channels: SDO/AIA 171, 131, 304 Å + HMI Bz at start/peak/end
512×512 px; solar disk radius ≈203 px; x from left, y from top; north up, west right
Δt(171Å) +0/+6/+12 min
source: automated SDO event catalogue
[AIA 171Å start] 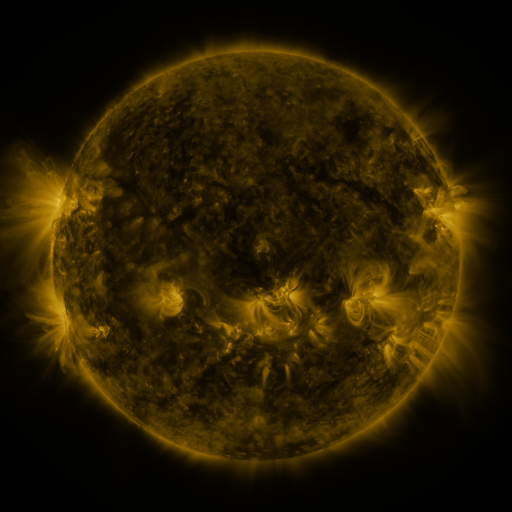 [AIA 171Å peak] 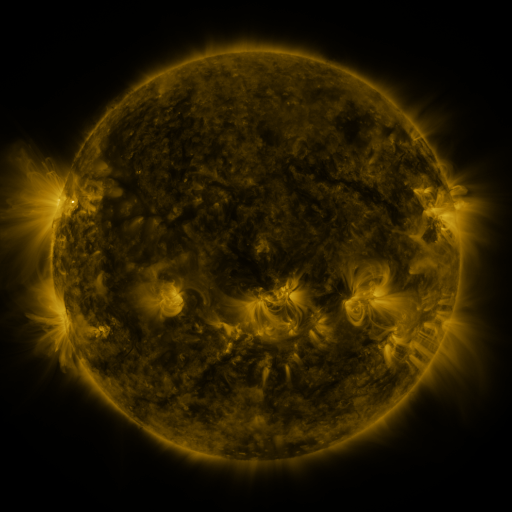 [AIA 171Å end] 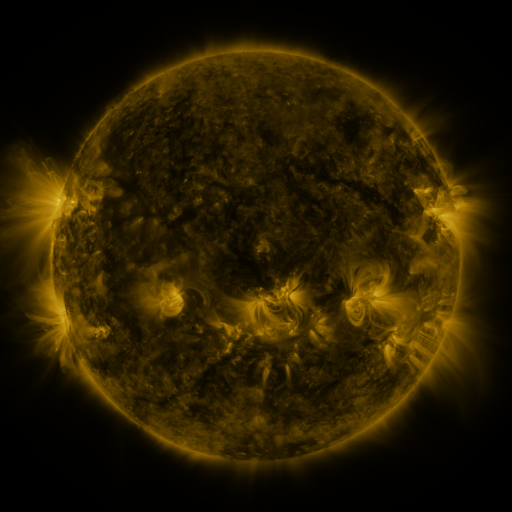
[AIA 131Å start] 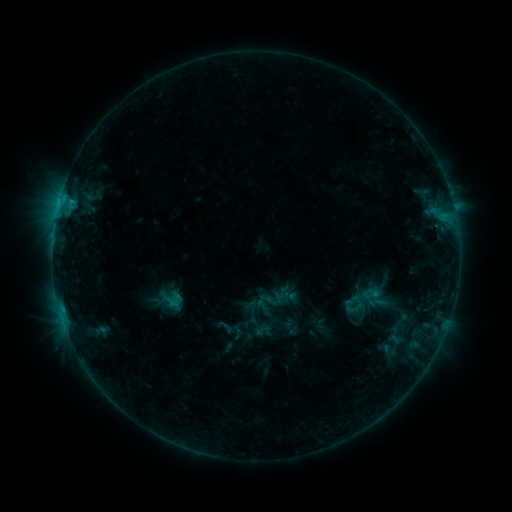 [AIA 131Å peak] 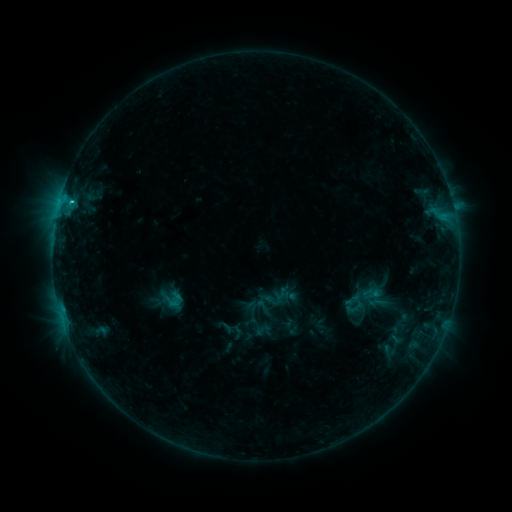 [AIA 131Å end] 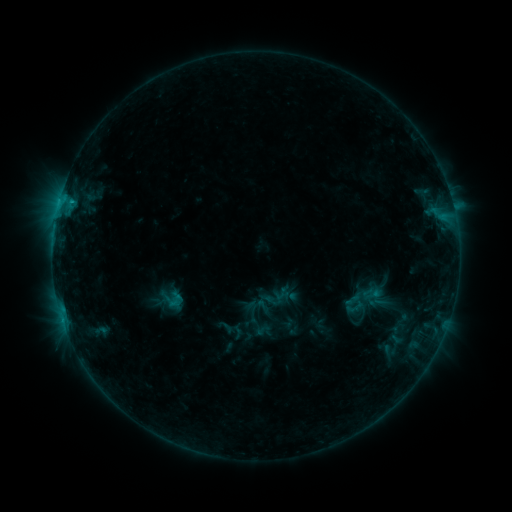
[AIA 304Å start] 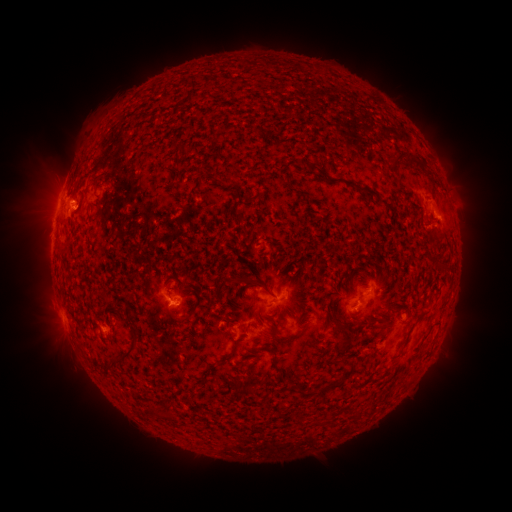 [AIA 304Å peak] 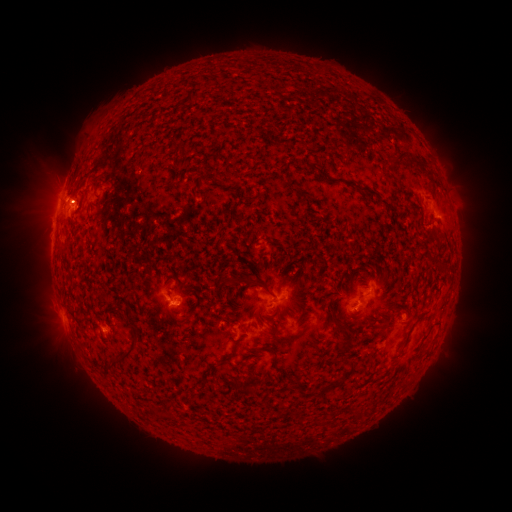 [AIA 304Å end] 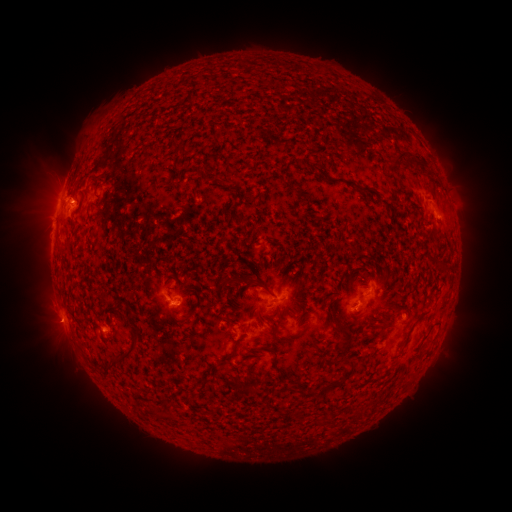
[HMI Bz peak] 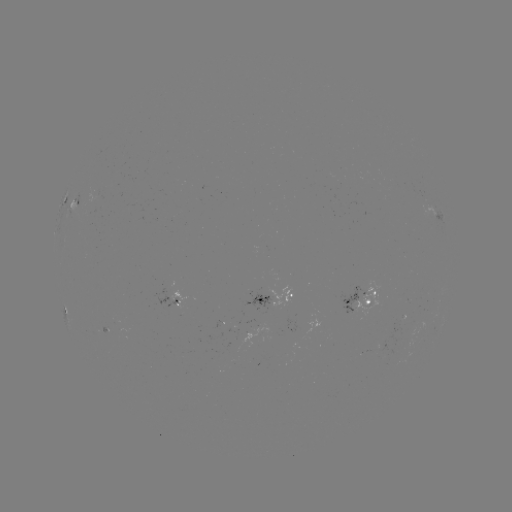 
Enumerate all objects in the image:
C1.4 flare: (73, 202)
